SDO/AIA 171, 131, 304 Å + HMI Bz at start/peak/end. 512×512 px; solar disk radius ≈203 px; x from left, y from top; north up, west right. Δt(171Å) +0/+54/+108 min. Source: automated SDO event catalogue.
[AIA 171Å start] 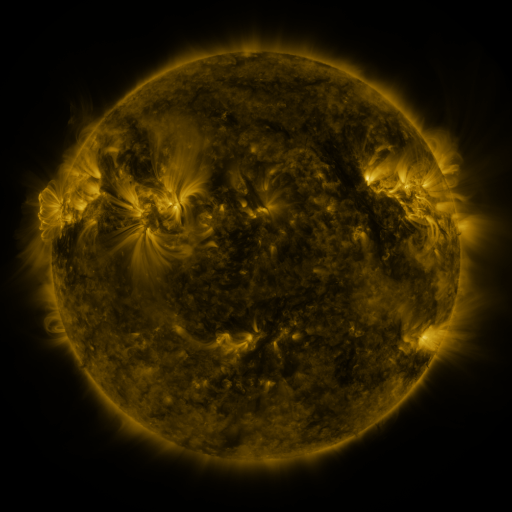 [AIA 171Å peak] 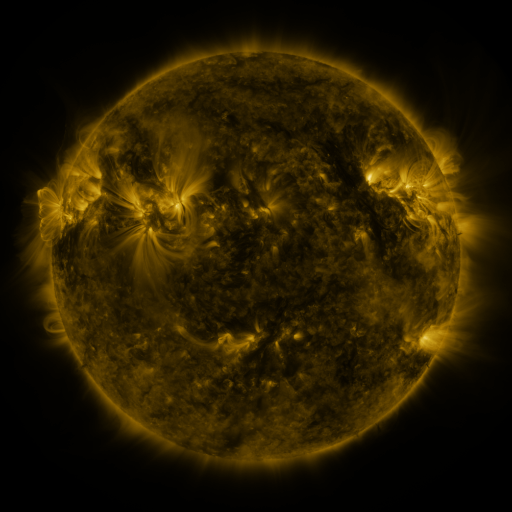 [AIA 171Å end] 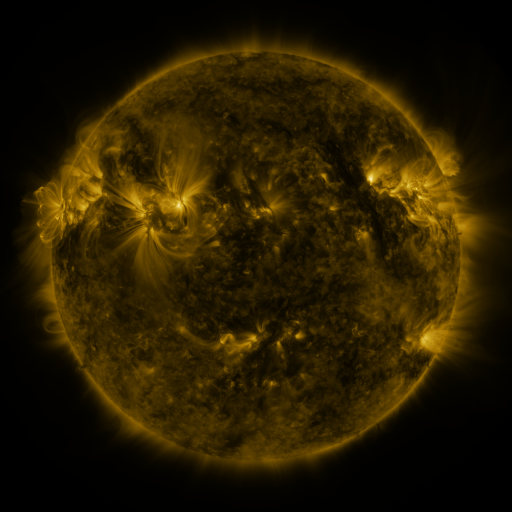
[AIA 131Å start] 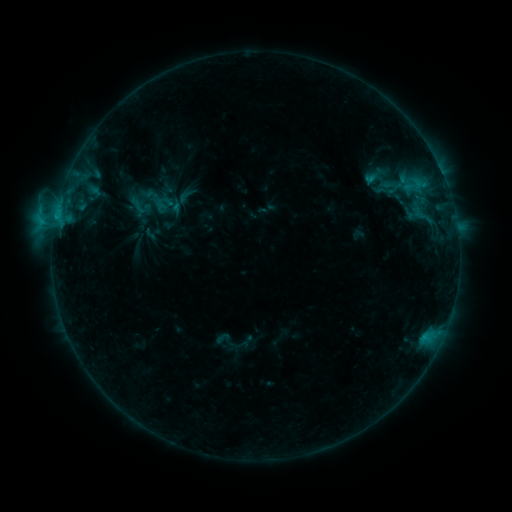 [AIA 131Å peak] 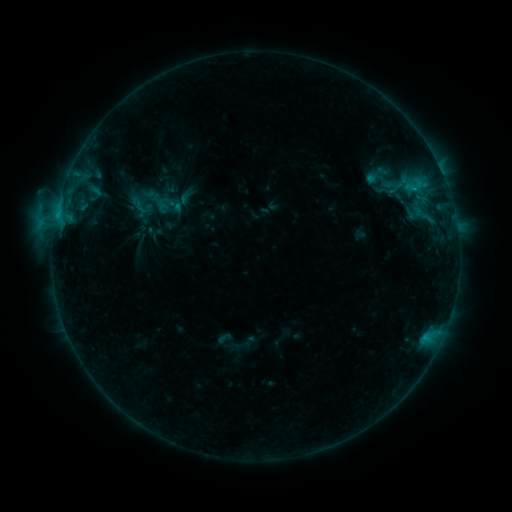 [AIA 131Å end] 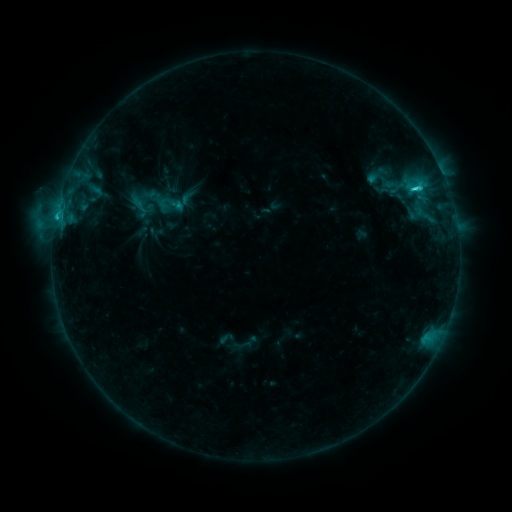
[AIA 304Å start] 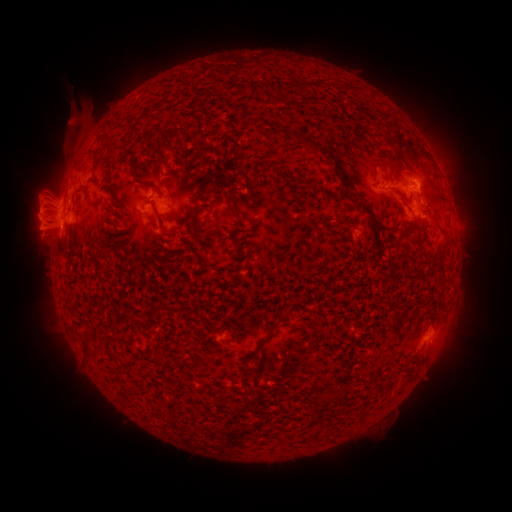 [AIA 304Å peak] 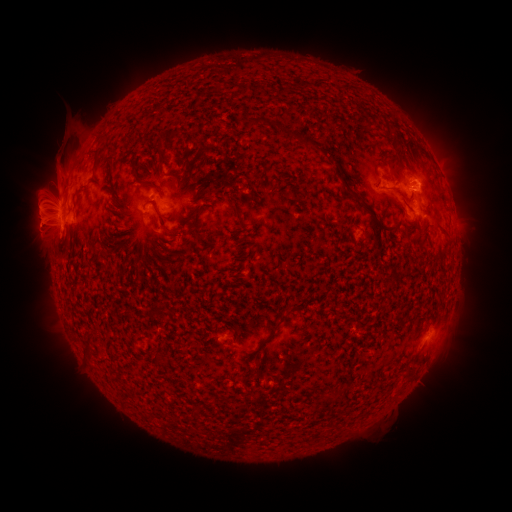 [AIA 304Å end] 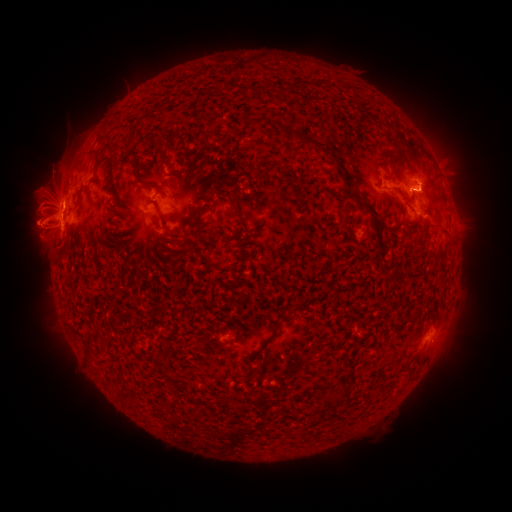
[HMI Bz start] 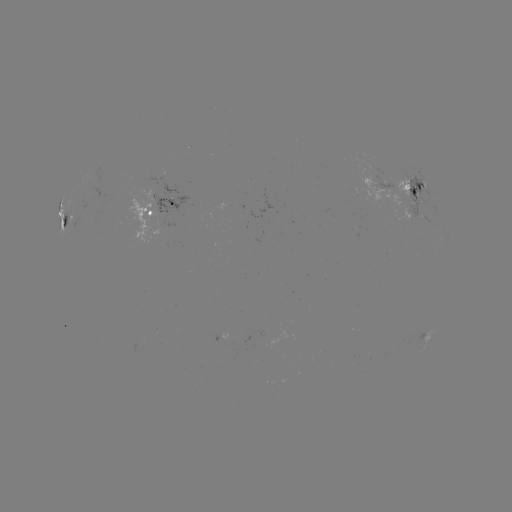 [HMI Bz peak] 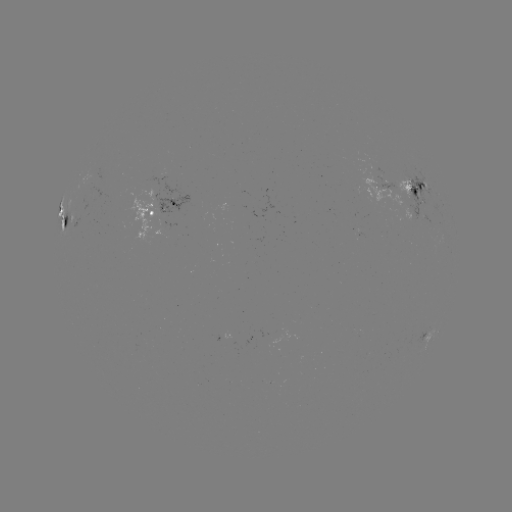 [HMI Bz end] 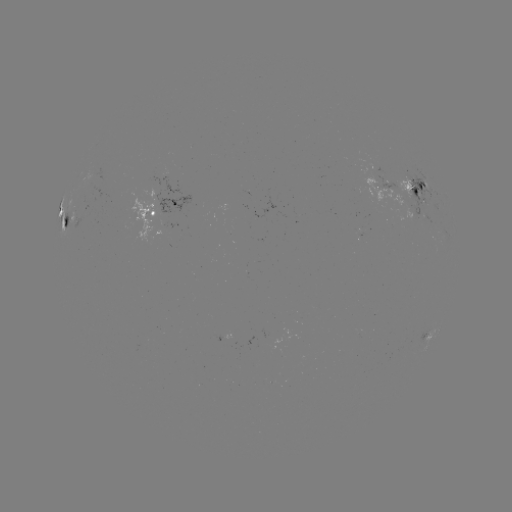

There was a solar eruption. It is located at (59, 164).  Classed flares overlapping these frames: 1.